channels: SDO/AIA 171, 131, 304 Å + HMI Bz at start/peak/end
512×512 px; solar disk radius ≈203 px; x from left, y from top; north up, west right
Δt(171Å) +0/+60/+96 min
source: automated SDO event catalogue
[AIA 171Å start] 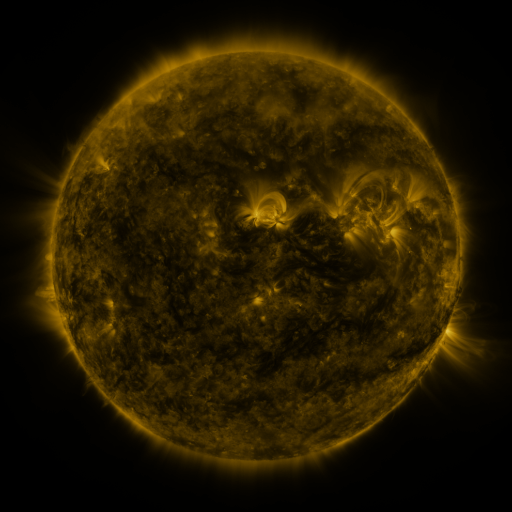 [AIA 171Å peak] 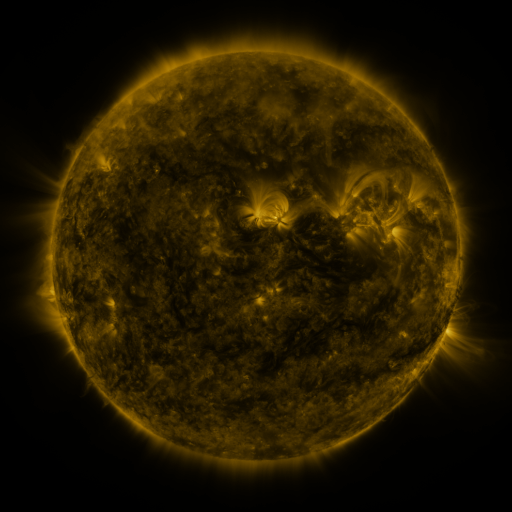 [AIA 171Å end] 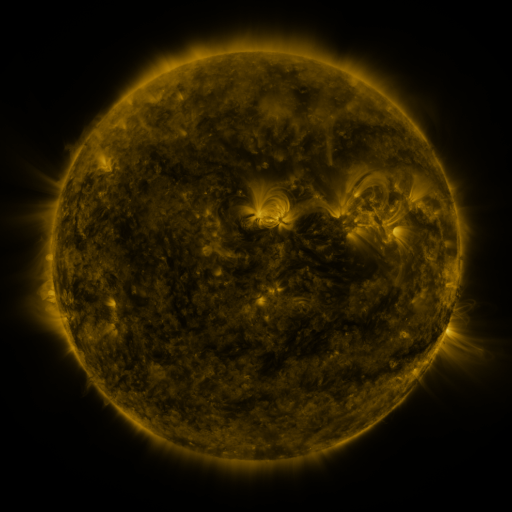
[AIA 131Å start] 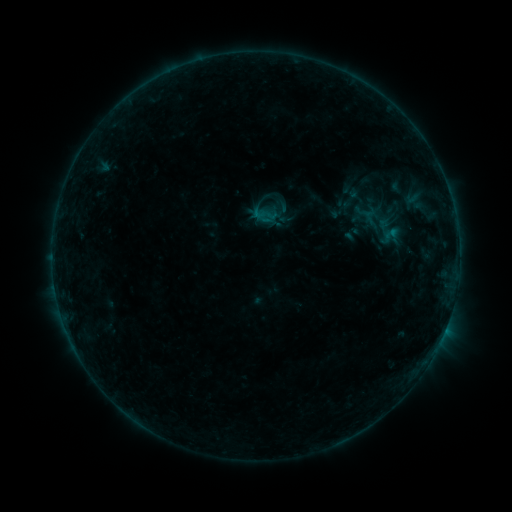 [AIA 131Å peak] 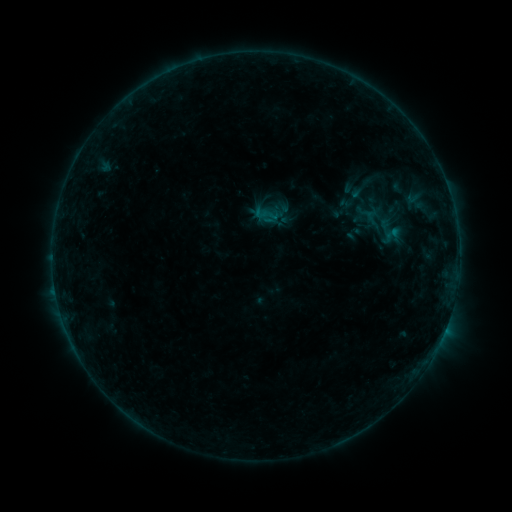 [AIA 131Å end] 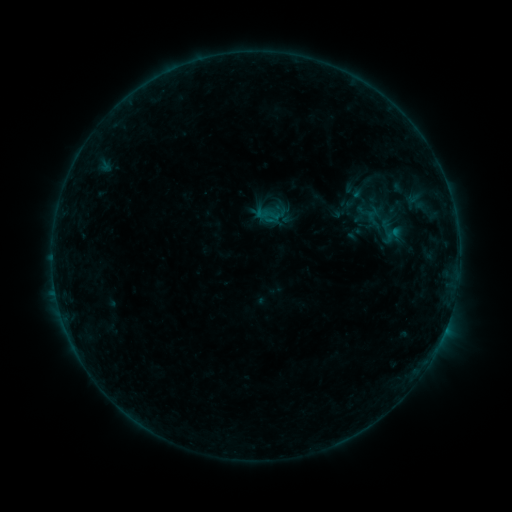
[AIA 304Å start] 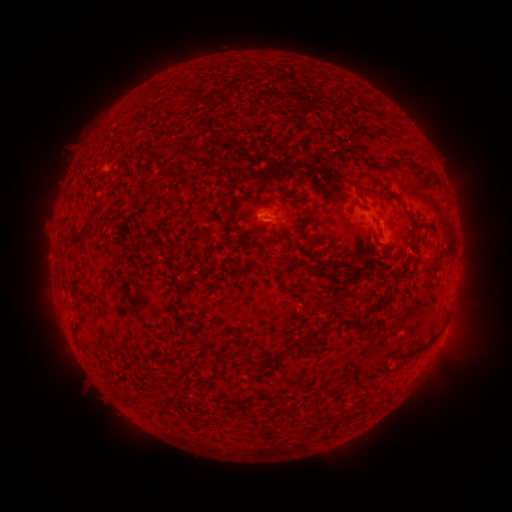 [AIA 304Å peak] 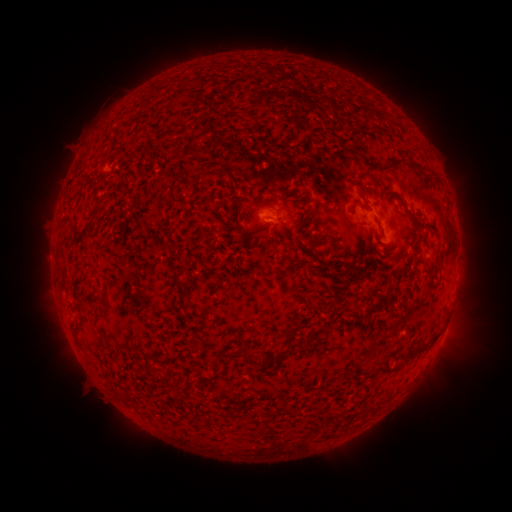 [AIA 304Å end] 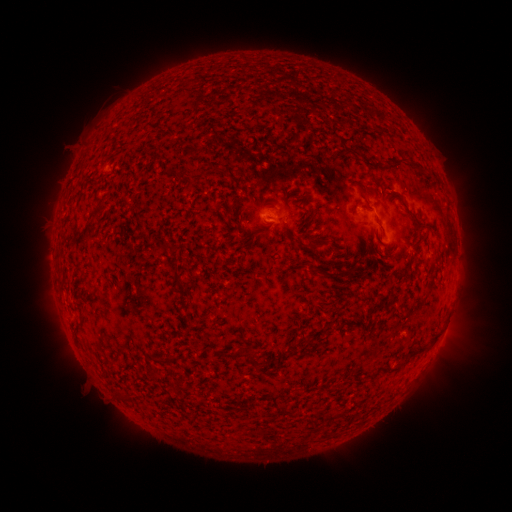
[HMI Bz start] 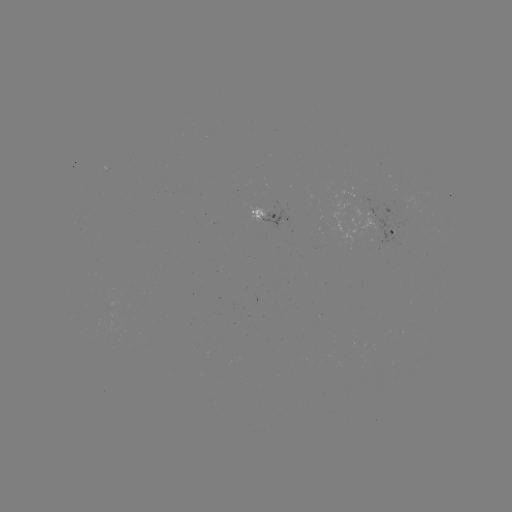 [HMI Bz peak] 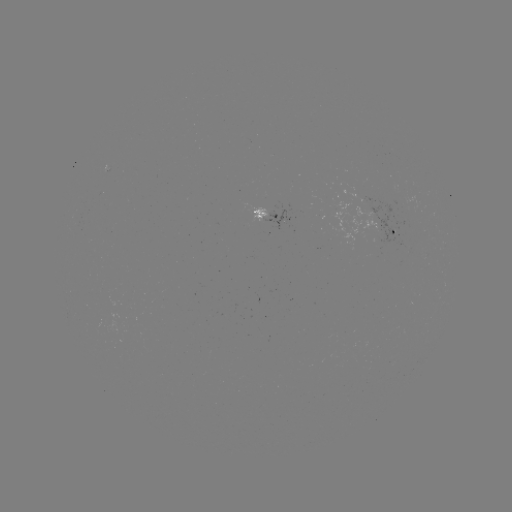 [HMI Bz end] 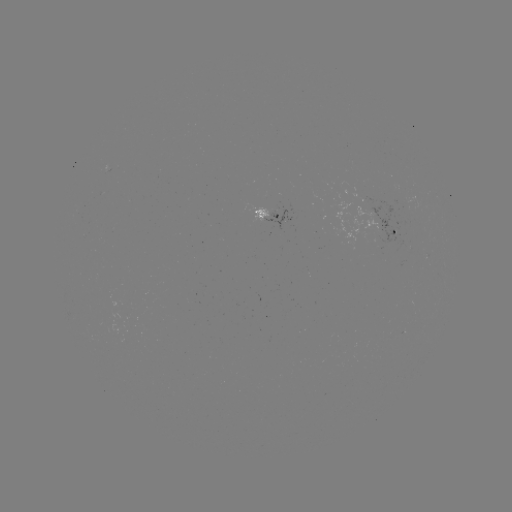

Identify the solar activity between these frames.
emerging-flux region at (369, 206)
